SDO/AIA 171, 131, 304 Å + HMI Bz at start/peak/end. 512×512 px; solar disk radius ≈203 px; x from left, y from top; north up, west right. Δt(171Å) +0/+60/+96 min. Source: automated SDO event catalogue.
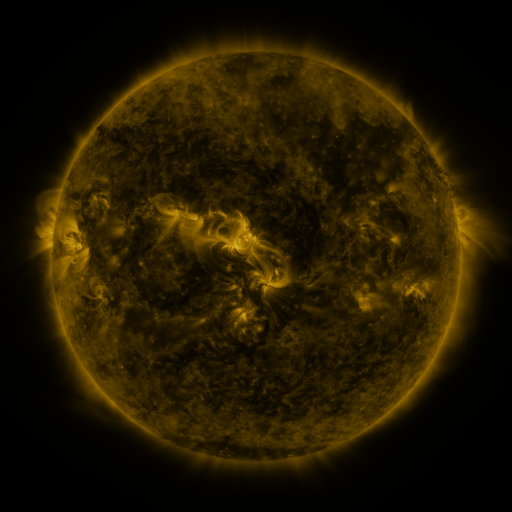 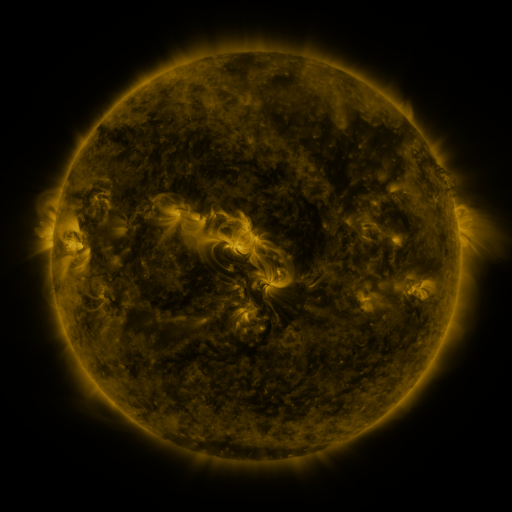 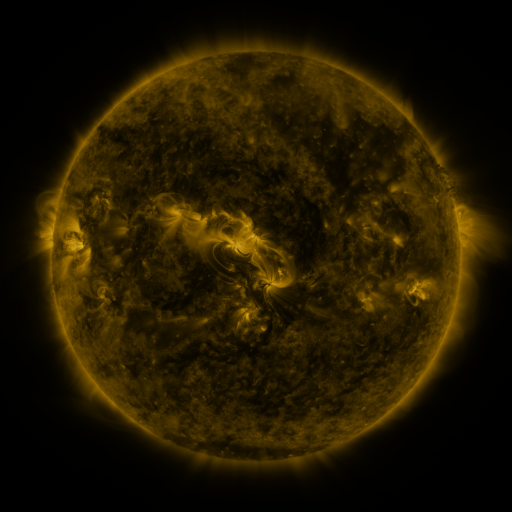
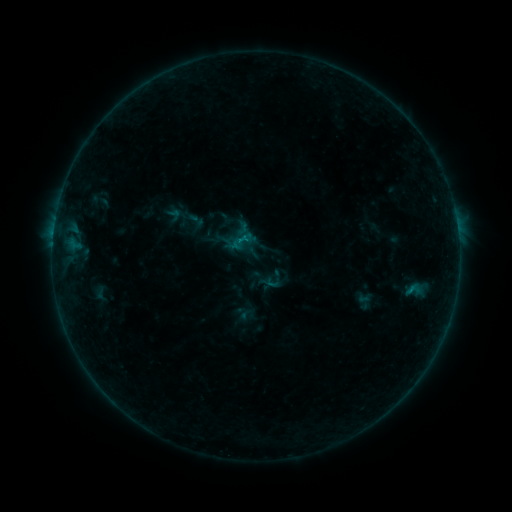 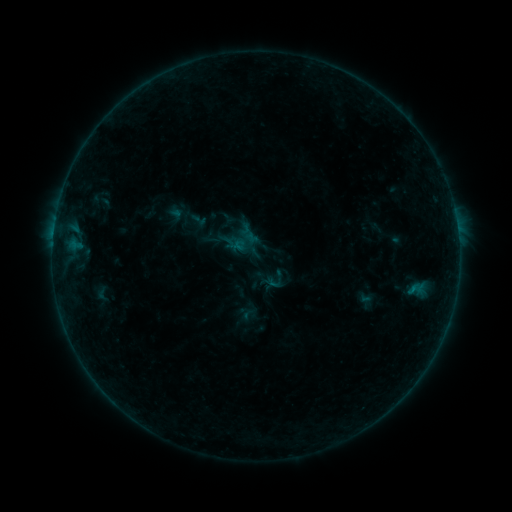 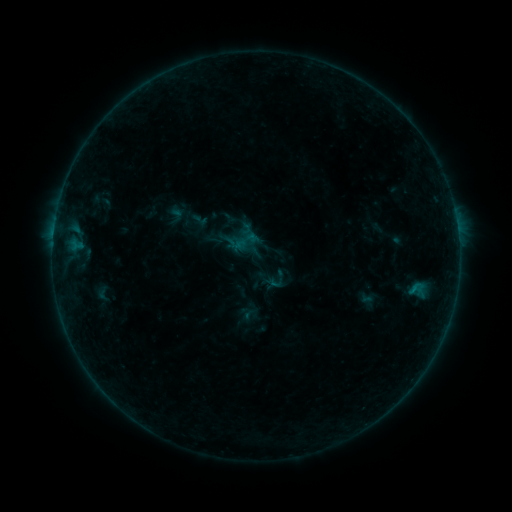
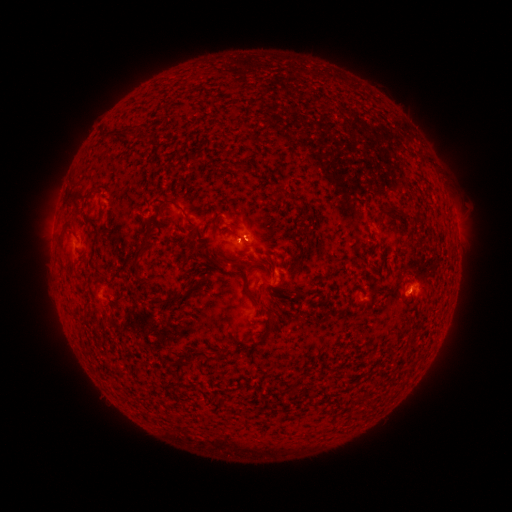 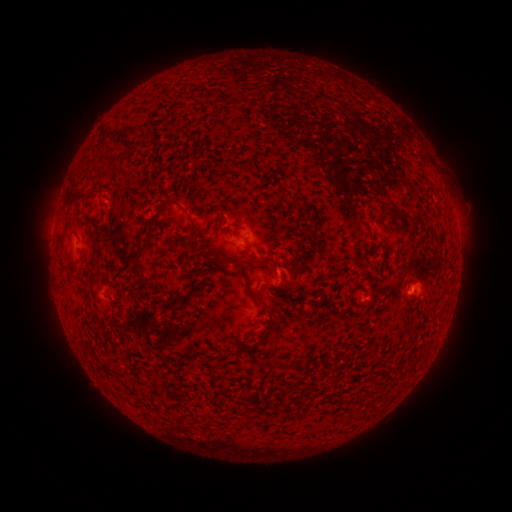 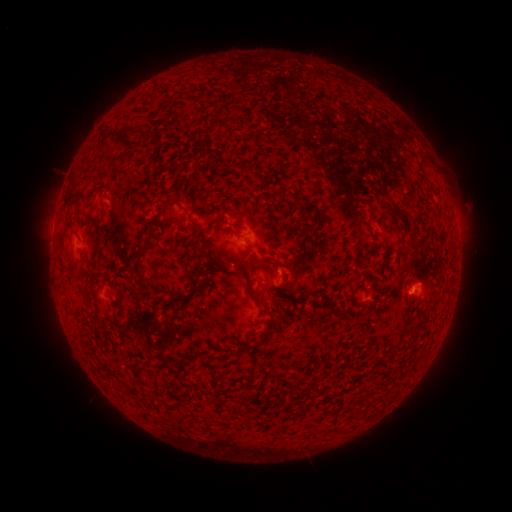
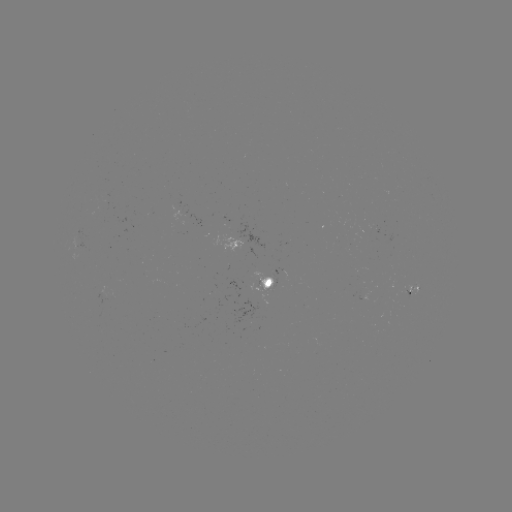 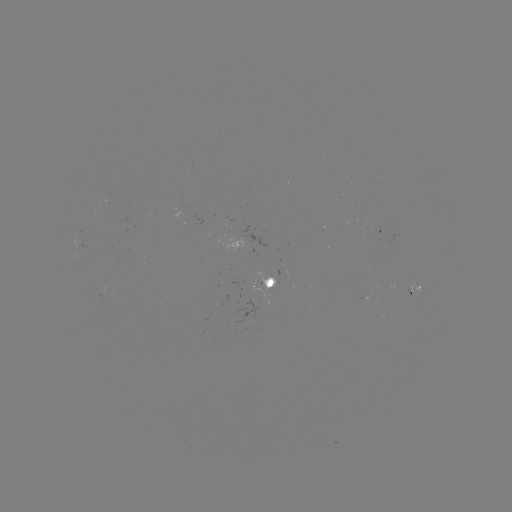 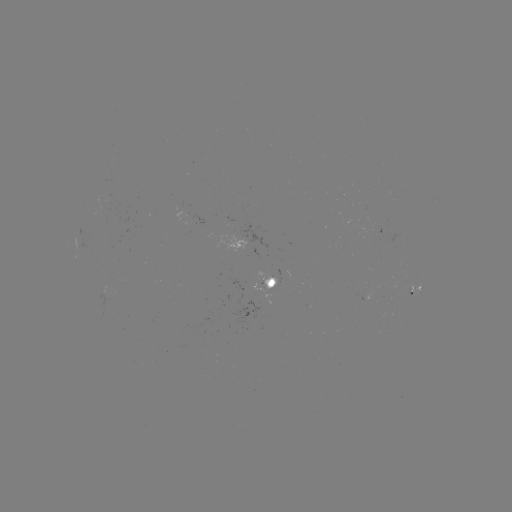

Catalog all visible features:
emerging-flux region: (265, 281)
